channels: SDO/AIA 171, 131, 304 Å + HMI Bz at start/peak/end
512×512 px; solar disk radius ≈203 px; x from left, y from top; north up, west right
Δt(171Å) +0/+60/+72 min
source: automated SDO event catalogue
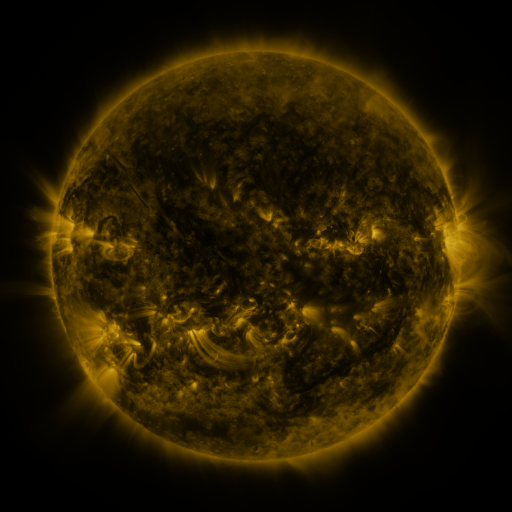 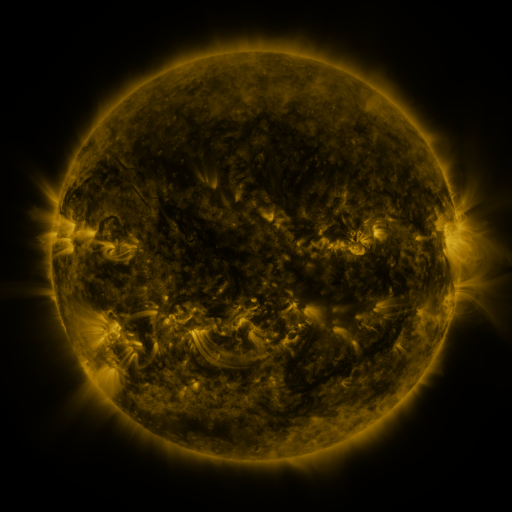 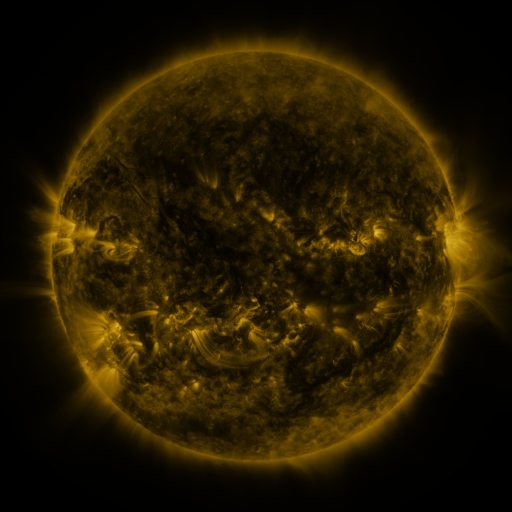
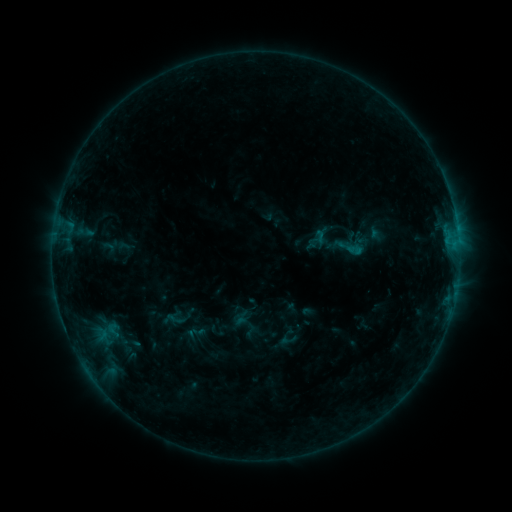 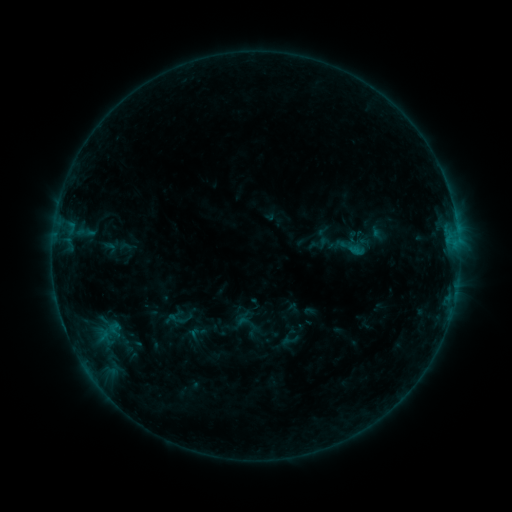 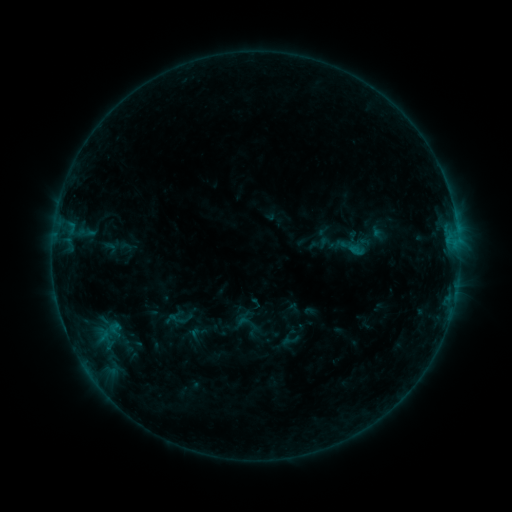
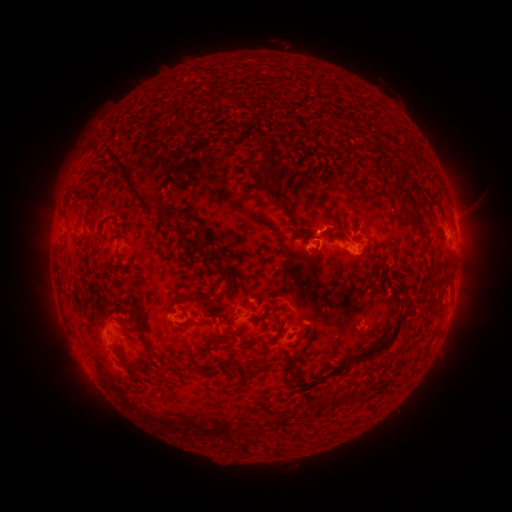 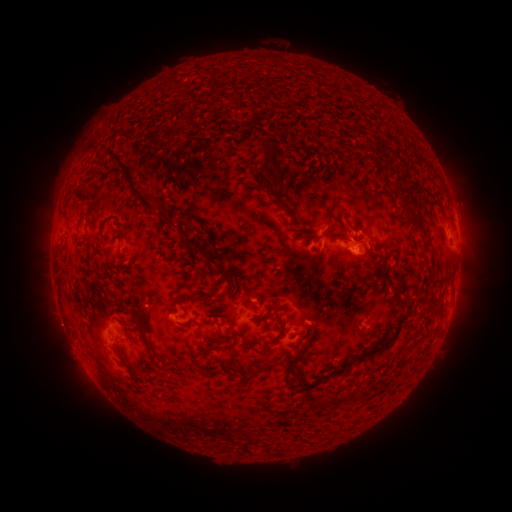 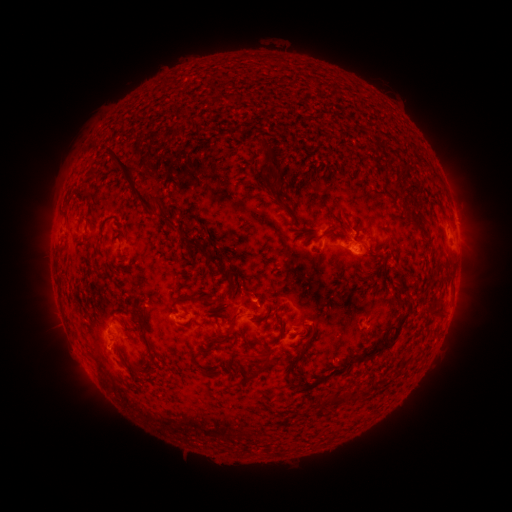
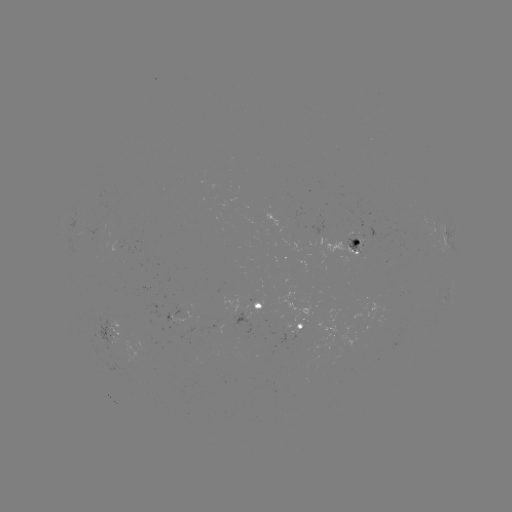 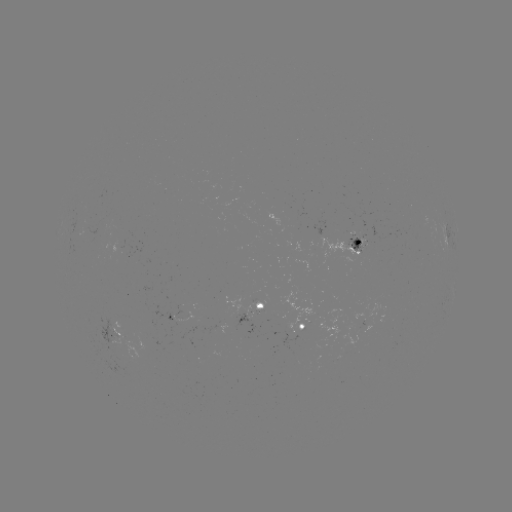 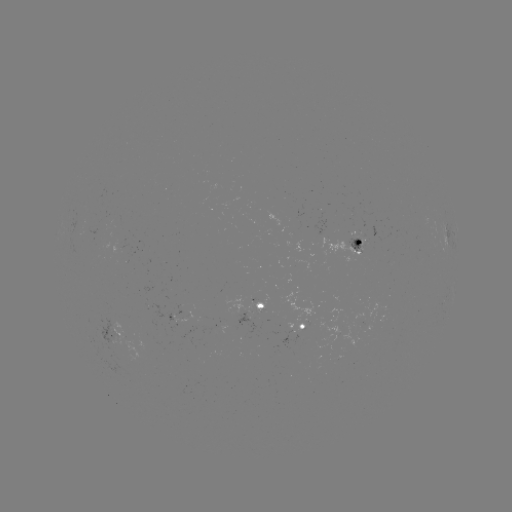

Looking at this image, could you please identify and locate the emerging-flux region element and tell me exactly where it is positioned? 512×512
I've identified emerging-flux region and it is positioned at (248, 317).